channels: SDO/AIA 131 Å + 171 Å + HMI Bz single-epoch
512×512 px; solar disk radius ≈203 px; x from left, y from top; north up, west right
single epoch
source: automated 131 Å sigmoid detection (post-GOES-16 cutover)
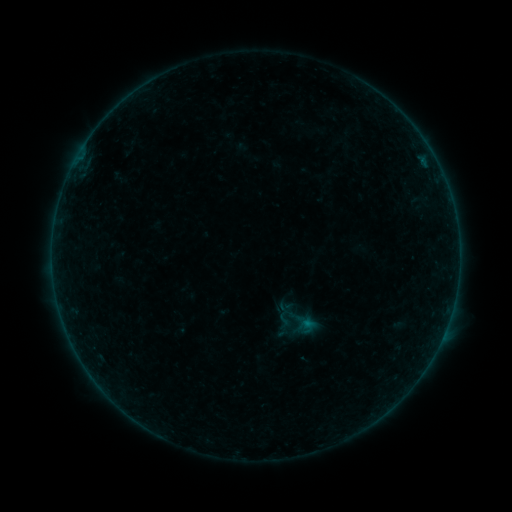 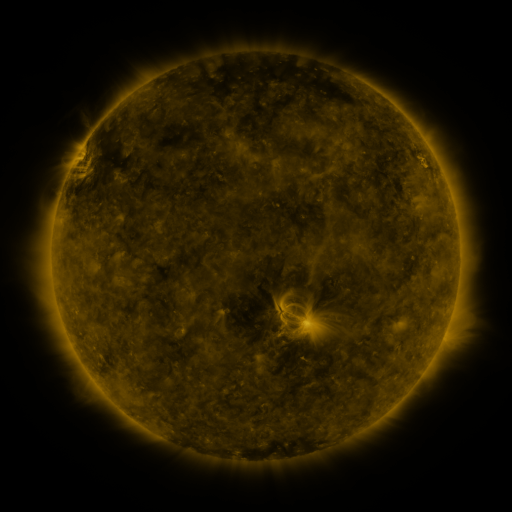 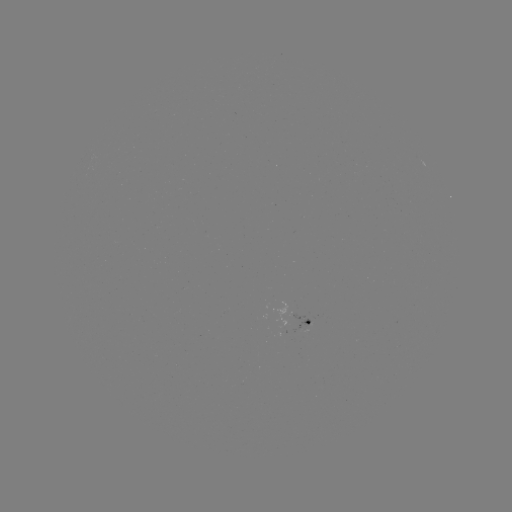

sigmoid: <bbox>275, 310, 294, 329</bbox>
